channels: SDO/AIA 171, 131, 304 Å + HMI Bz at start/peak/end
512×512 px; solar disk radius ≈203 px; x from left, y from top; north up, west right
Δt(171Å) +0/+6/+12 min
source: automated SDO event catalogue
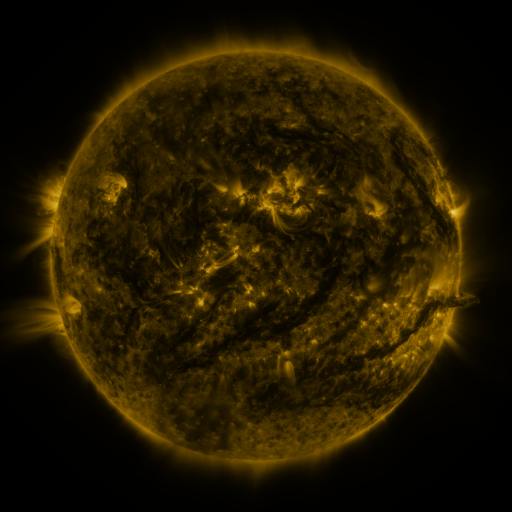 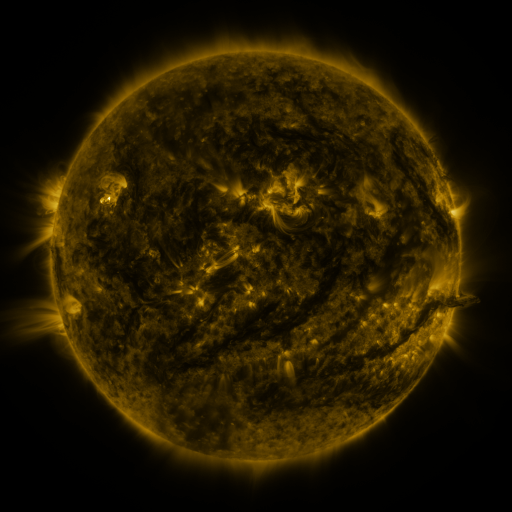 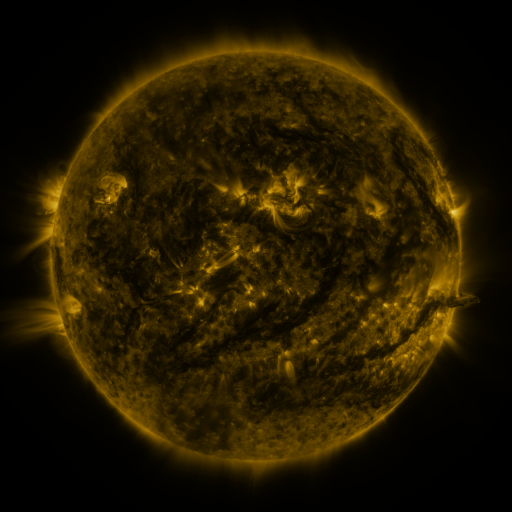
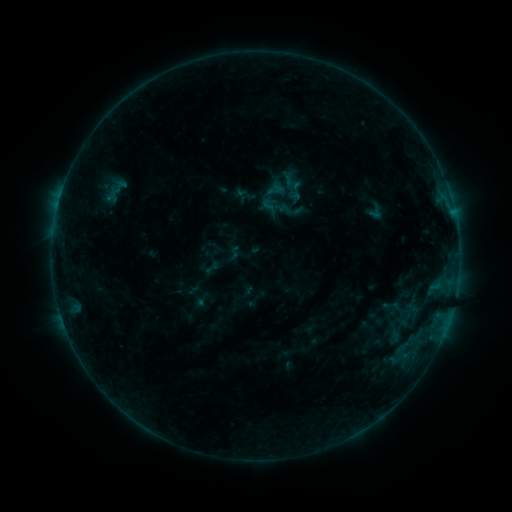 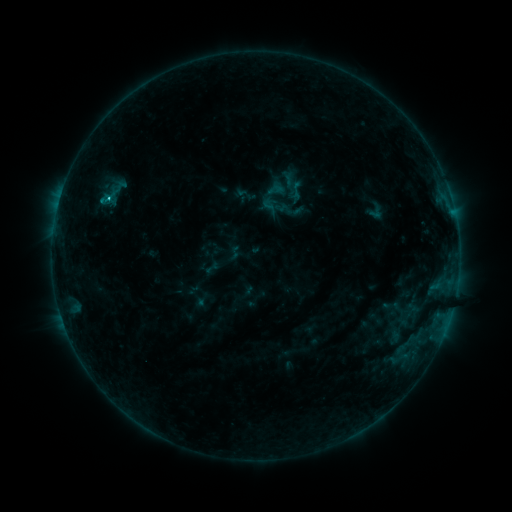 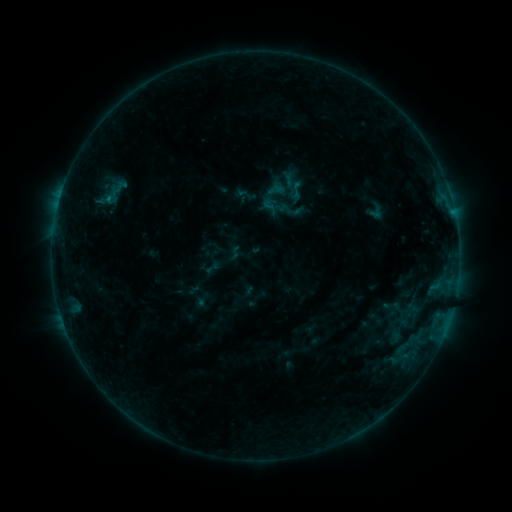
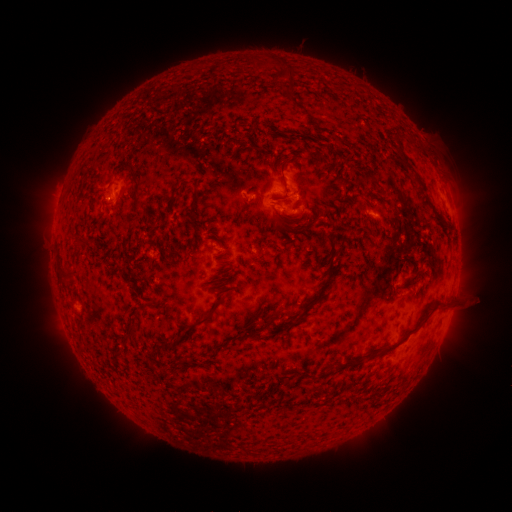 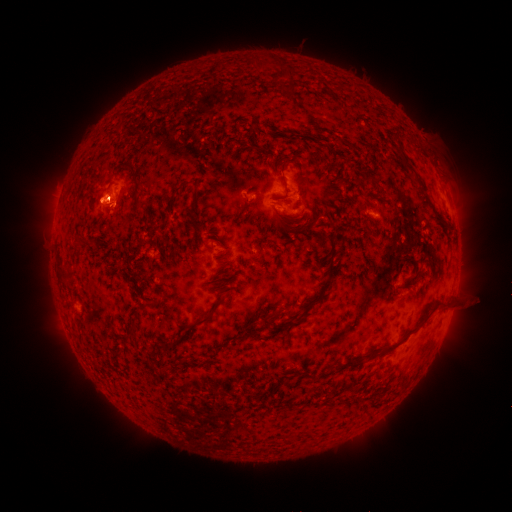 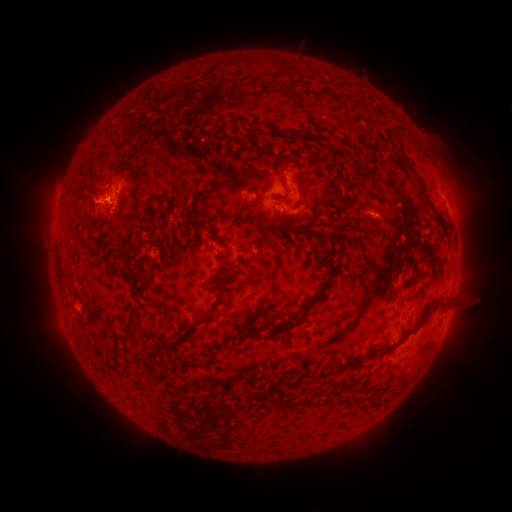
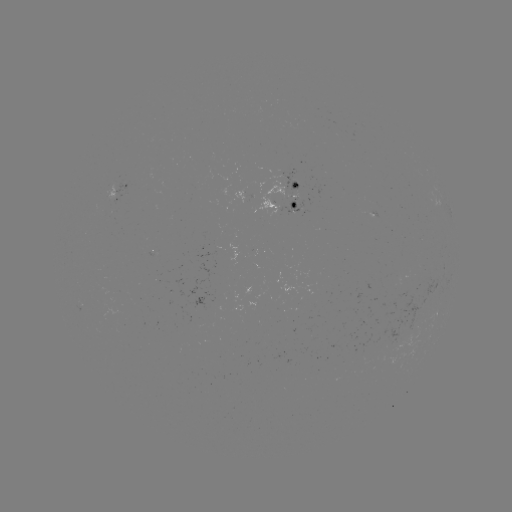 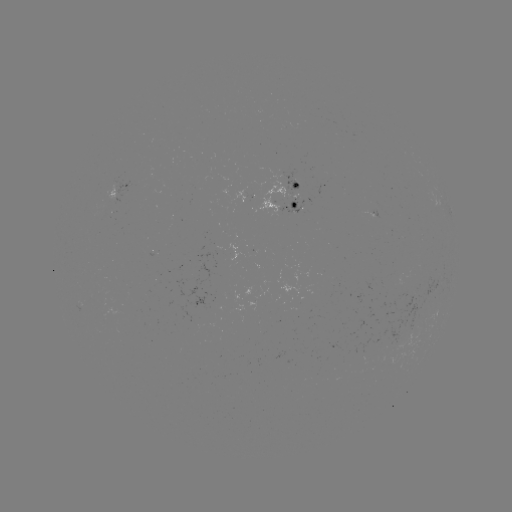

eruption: (64, 148, 152, 236)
